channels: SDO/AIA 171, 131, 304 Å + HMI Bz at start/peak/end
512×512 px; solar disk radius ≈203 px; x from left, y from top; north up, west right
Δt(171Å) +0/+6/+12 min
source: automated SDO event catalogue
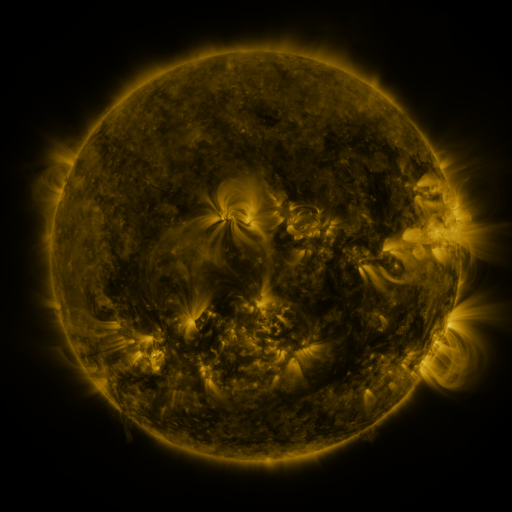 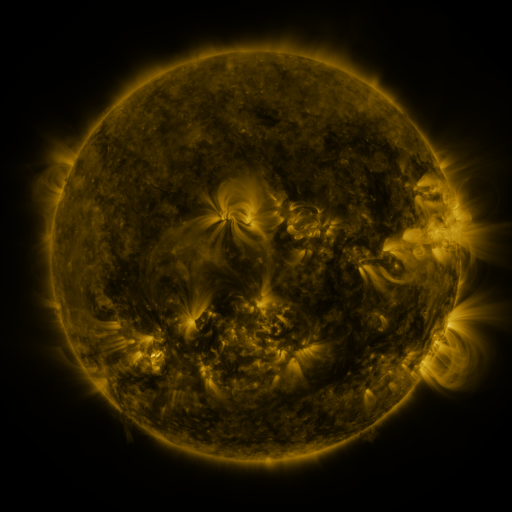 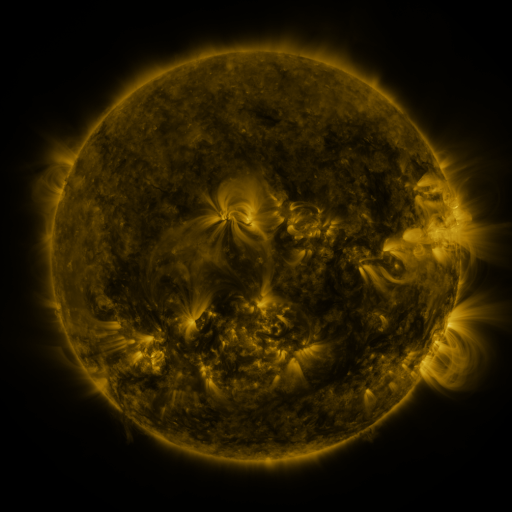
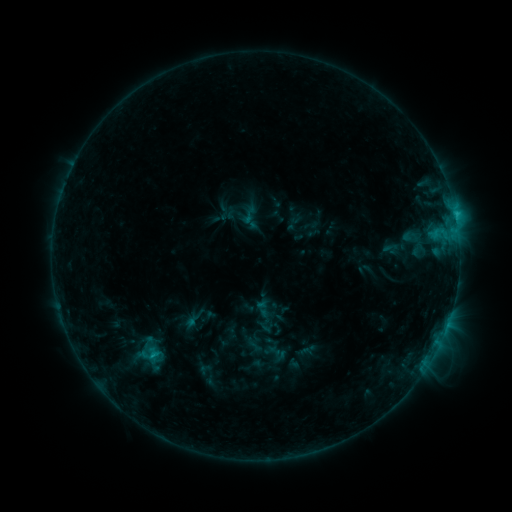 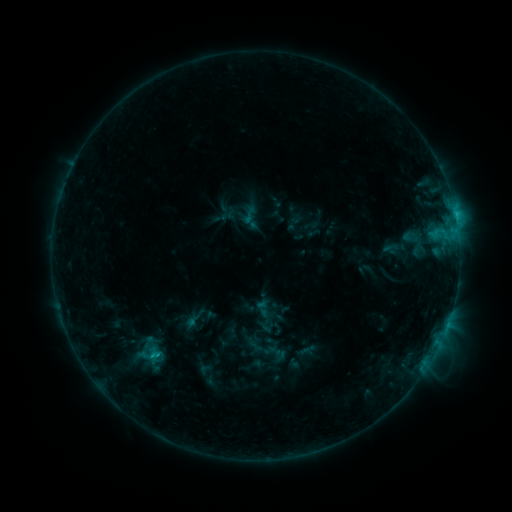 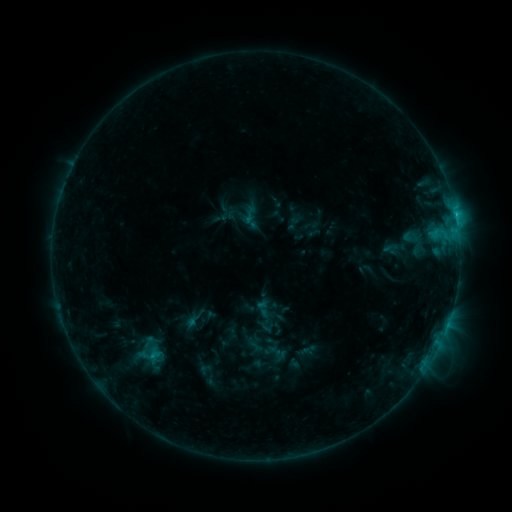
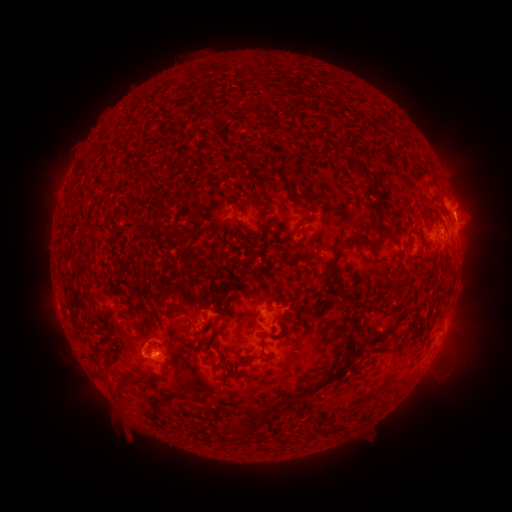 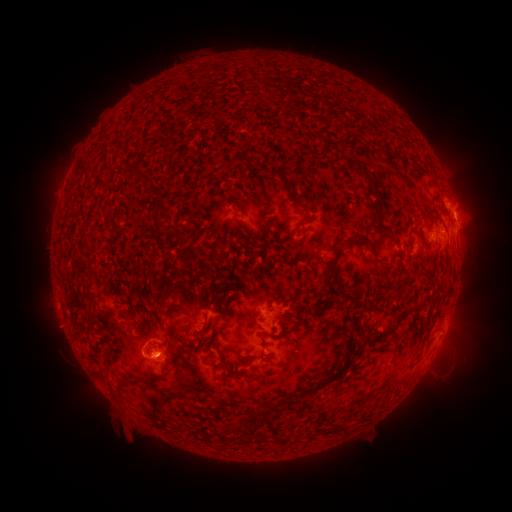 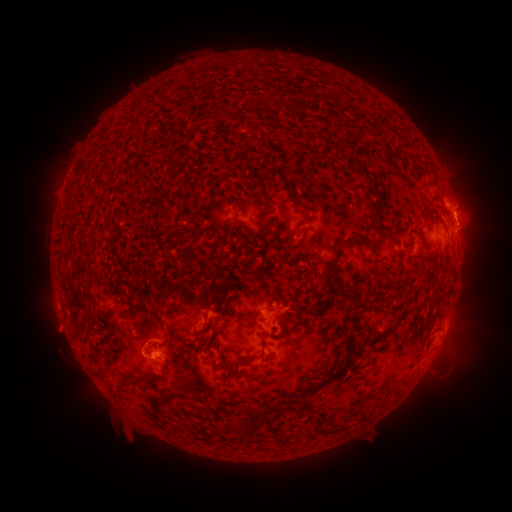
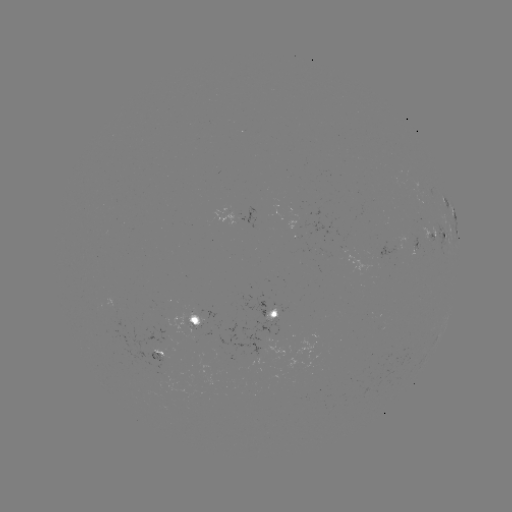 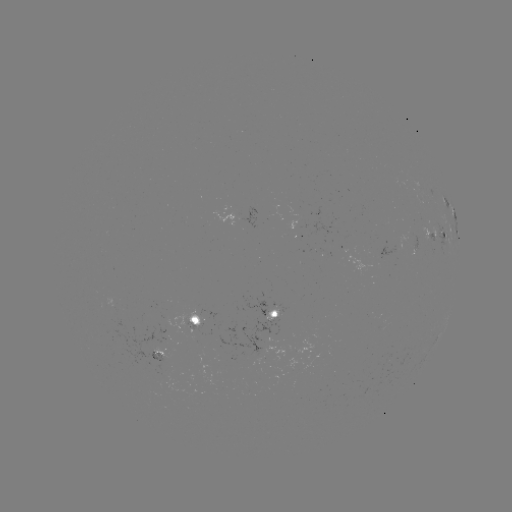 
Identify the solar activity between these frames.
C2.3 flare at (159, 353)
